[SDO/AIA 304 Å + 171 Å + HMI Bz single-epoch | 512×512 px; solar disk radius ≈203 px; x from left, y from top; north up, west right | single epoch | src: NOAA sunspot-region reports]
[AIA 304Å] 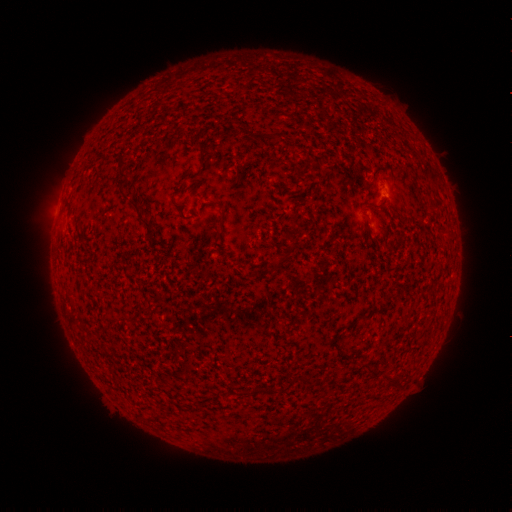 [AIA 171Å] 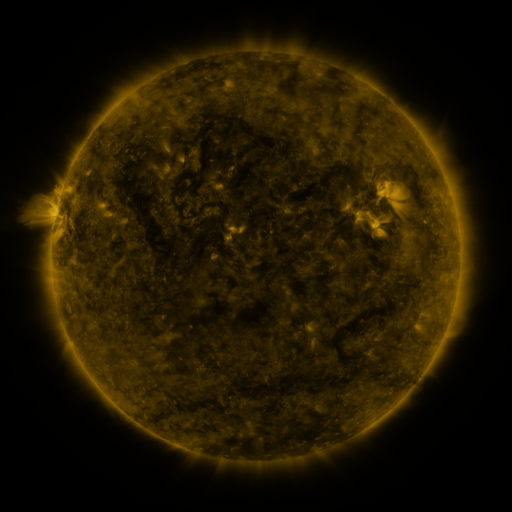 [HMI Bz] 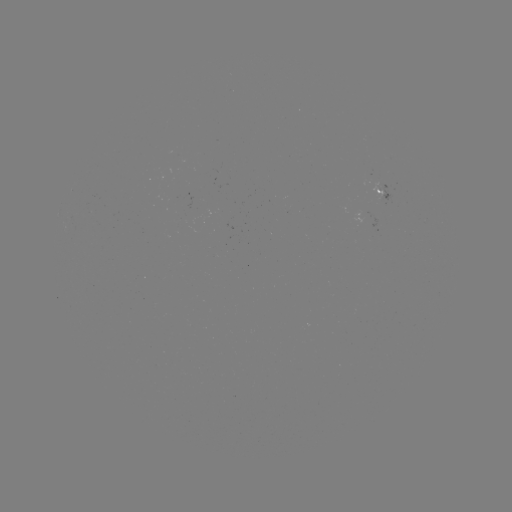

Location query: spotted active region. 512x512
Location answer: [384, 195].